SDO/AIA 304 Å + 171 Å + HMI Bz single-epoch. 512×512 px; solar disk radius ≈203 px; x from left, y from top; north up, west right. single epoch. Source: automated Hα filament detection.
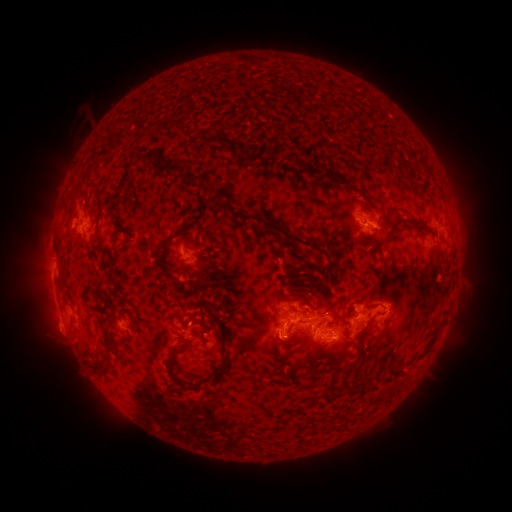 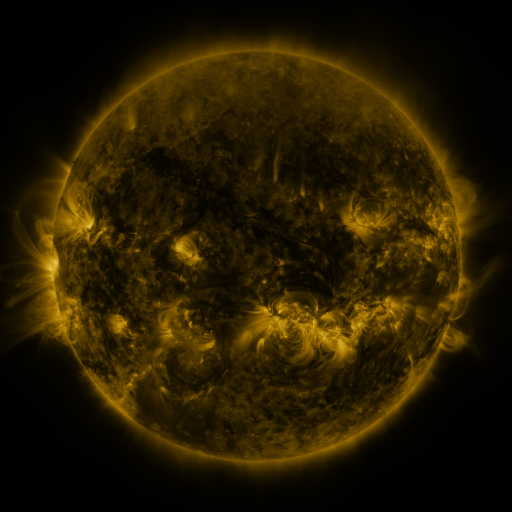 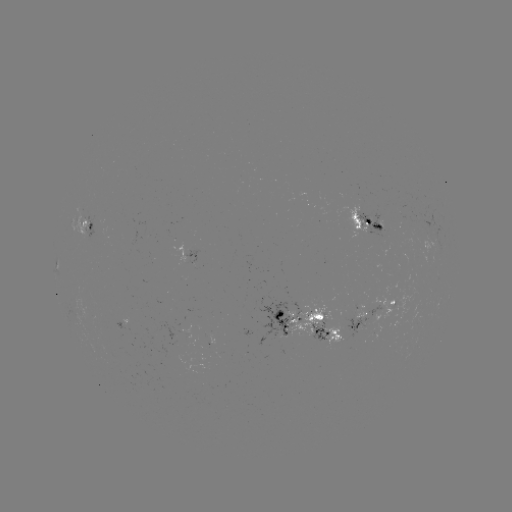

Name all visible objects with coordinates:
filament: (143, 158)
filament: (310, 168)
filament: (335, 176)
filament: (189, 177)
filament: (122, 181)
filament: (217, 203)
filament: (403, 219)
filament: (278, 228)
filament: (180, 232)
filament: (449, 243)
filament: (163, 264)
filament: (101, 297)
filament: (279, 315)
filament: (109, 340)
filament: (224, 344)
filament: (430, 344)
filament: (173, 358)
filament: (352, 365)
filament: (109, 368)
filament: (404, 379)
filament: (183, 384)
